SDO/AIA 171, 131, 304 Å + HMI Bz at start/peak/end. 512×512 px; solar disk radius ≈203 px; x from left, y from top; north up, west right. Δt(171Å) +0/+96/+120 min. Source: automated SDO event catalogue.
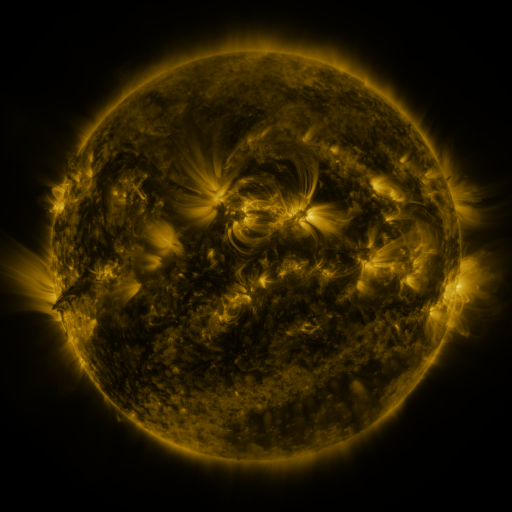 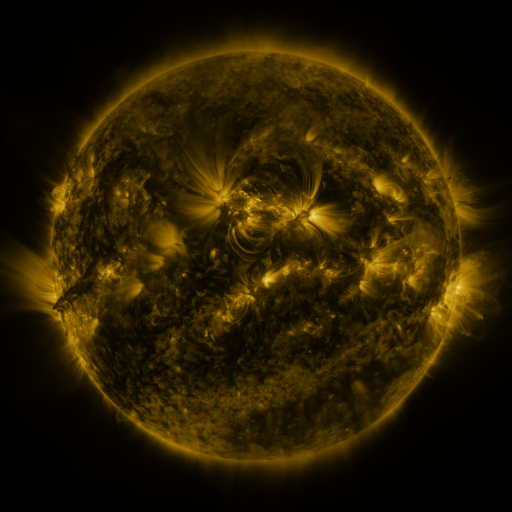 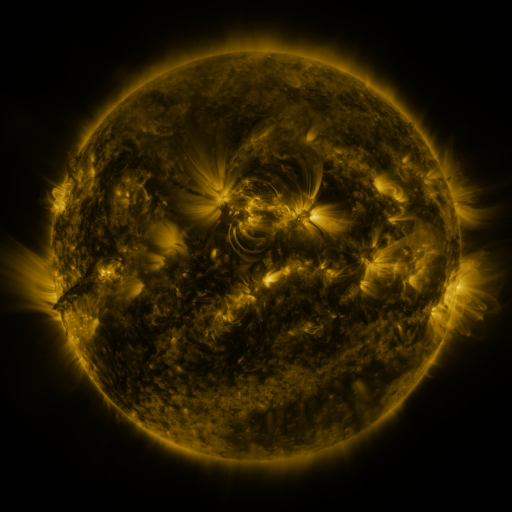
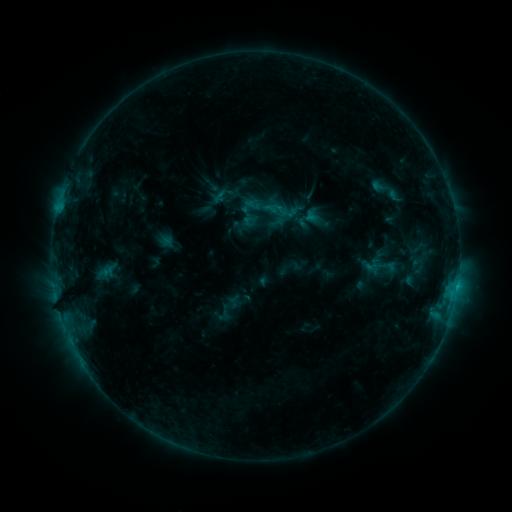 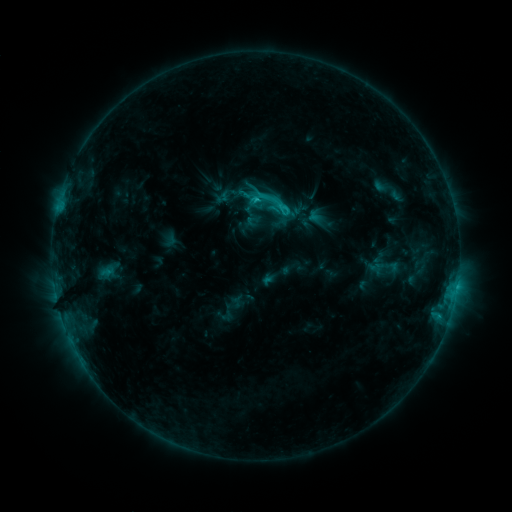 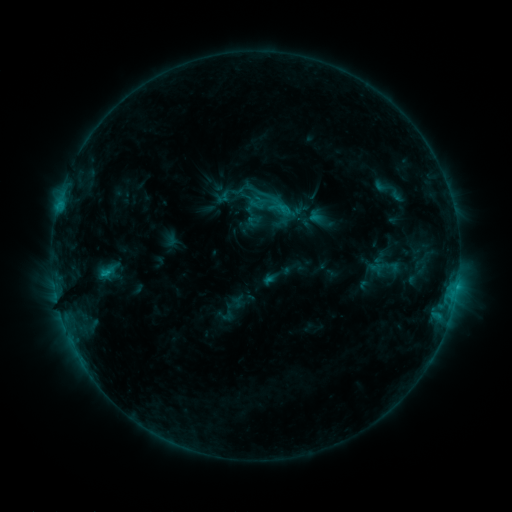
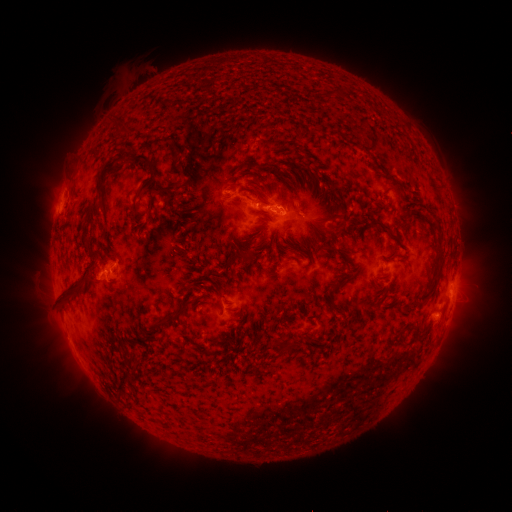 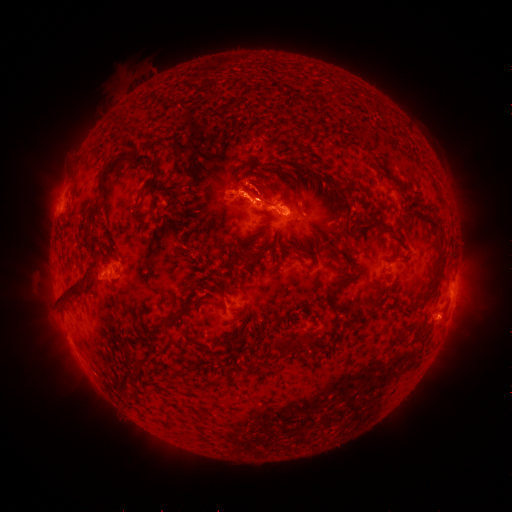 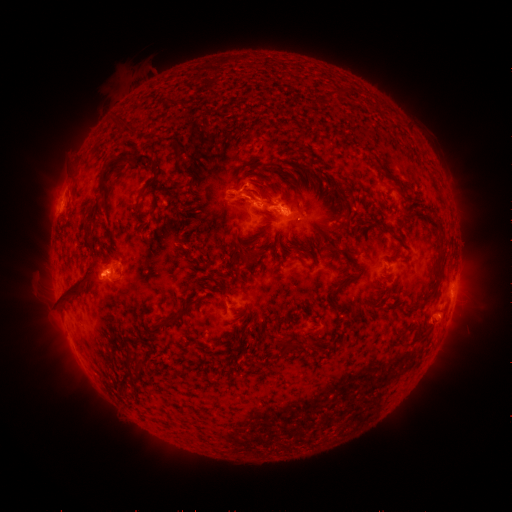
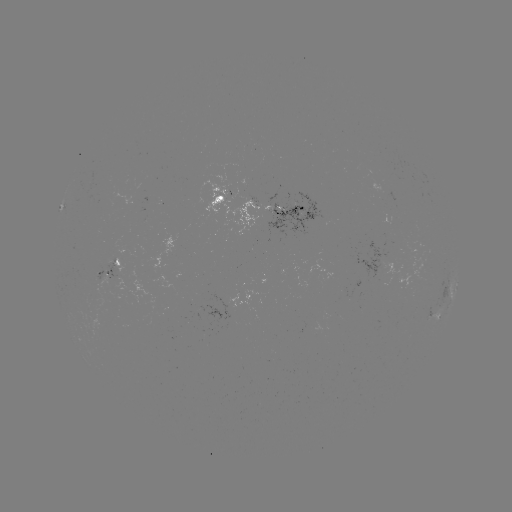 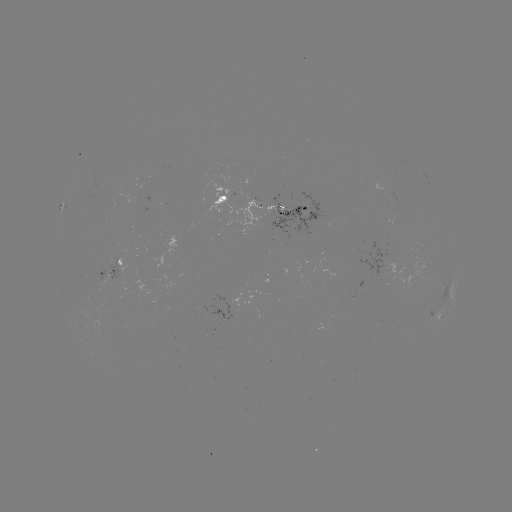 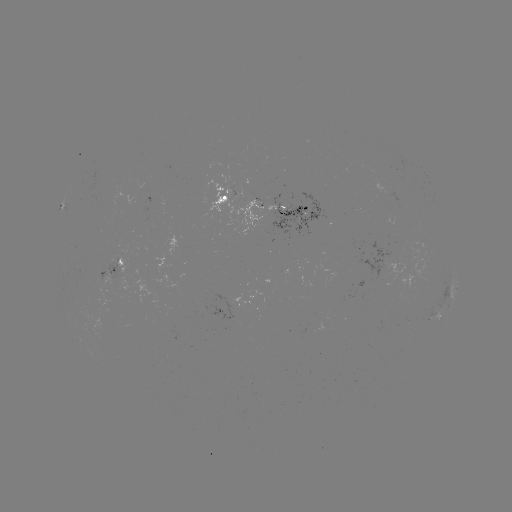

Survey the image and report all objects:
emerging-flux region: (300, 215)
